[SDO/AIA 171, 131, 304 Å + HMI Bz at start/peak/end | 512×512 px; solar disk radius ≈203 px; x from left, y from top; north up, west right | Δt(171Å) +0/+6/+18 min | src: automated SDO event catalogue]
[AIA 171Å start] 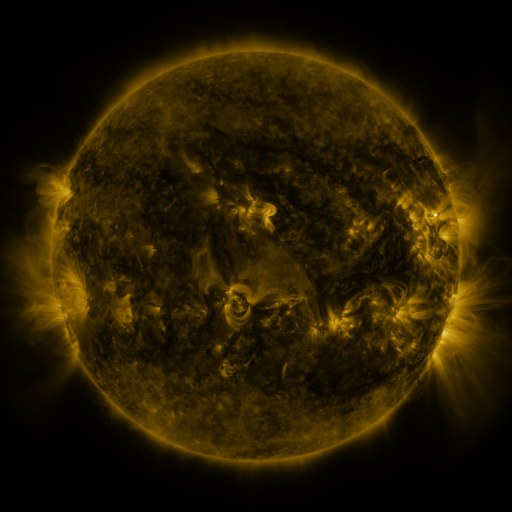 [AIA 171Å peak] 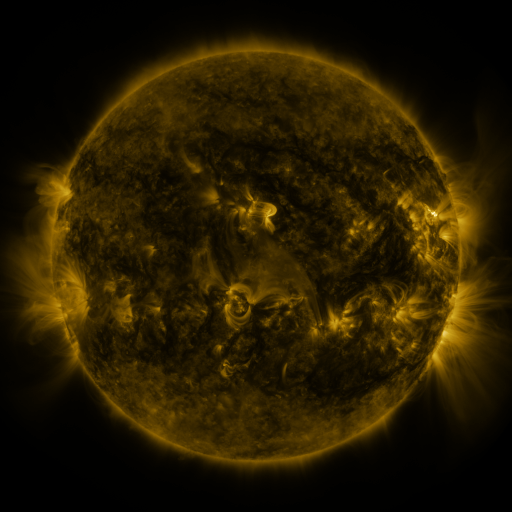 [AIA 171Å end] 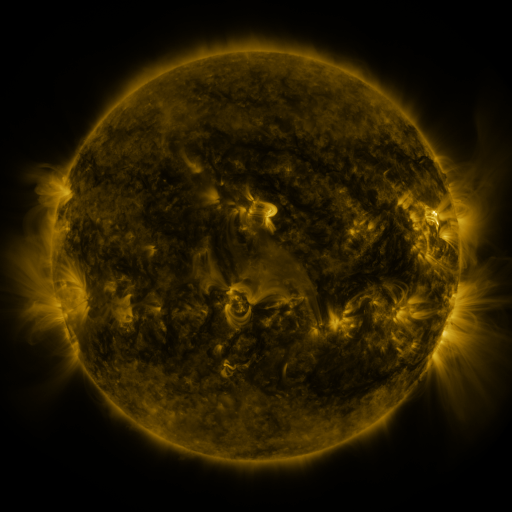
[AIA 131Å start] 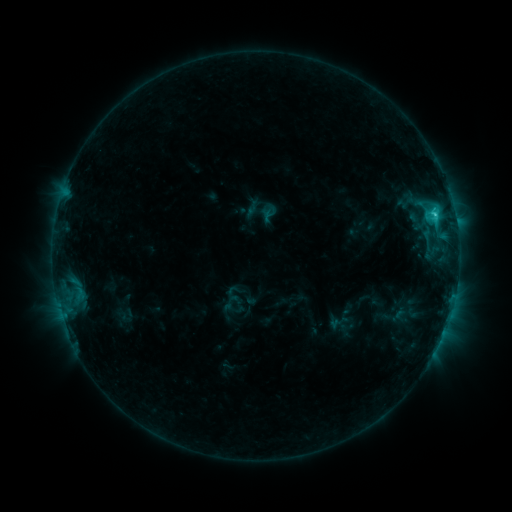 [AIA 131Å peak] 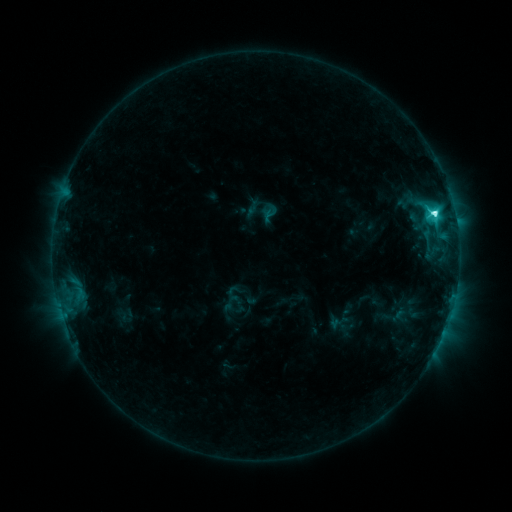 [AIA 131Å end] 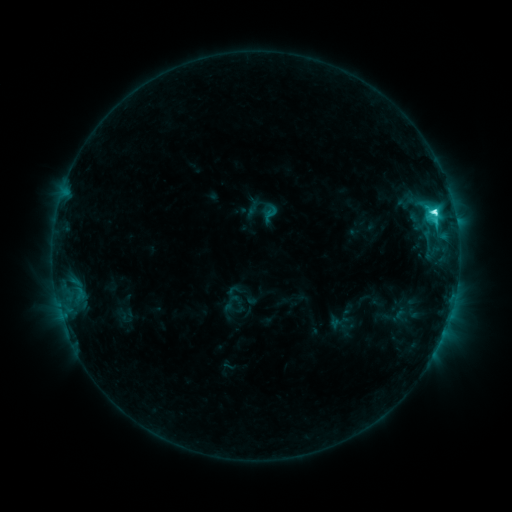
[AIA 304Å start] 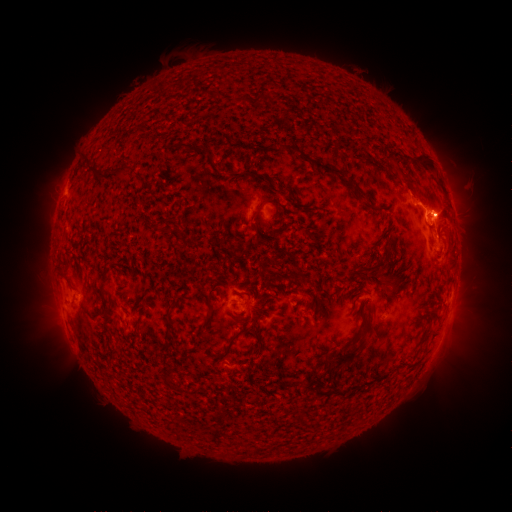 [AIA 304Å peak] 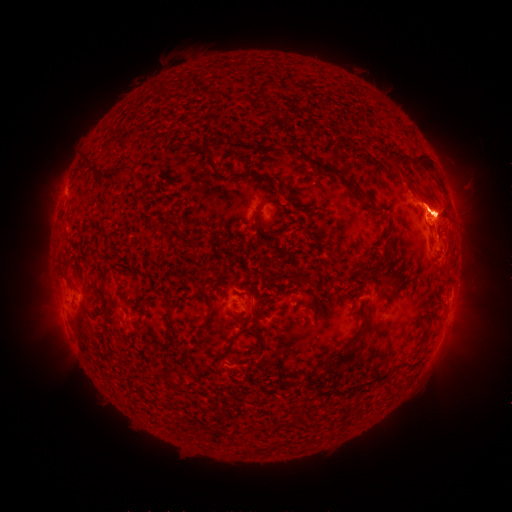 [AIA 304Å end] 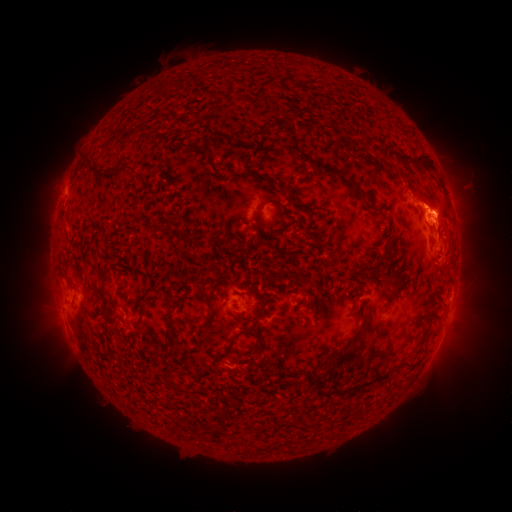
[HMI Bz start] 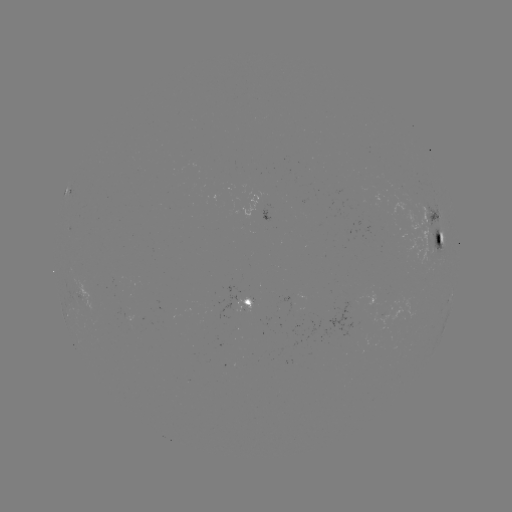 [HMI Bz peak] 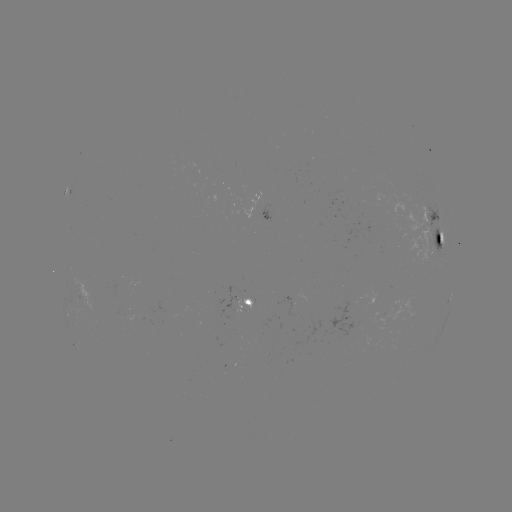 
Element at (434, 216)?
M1.0 flare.